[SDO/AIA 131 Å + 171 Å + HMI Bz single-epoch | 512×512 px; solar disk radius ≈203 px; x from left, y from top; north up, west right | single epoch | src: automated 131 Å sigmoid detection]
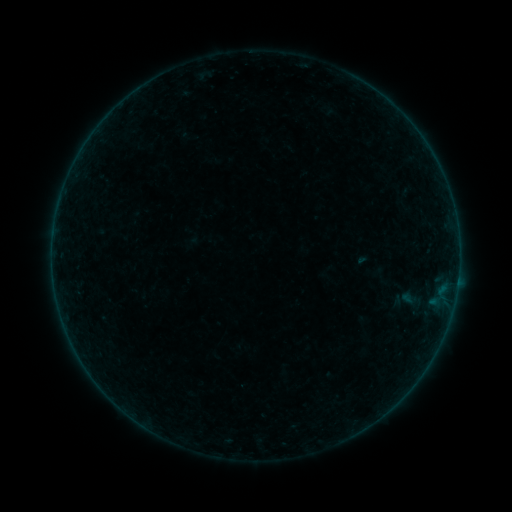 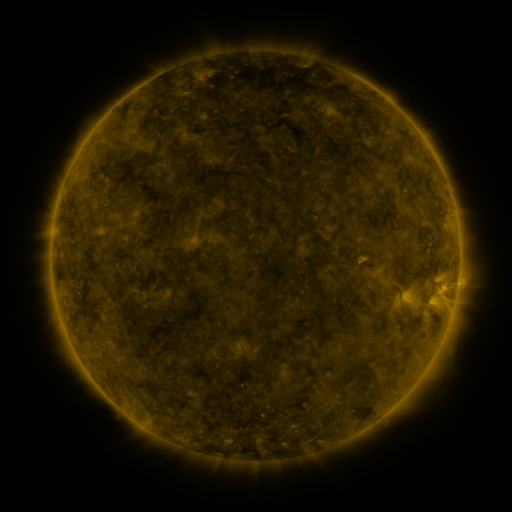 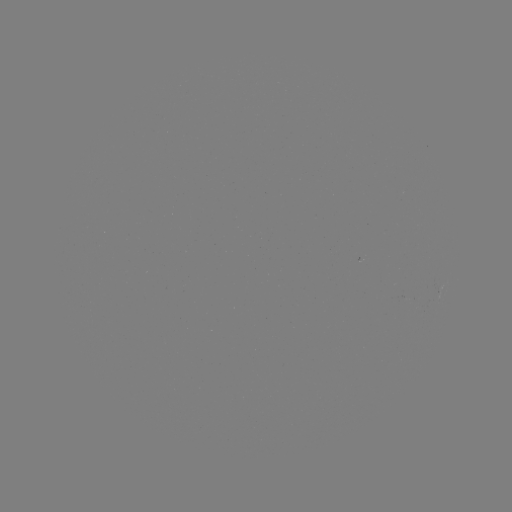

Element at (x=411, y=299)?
sigmoid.